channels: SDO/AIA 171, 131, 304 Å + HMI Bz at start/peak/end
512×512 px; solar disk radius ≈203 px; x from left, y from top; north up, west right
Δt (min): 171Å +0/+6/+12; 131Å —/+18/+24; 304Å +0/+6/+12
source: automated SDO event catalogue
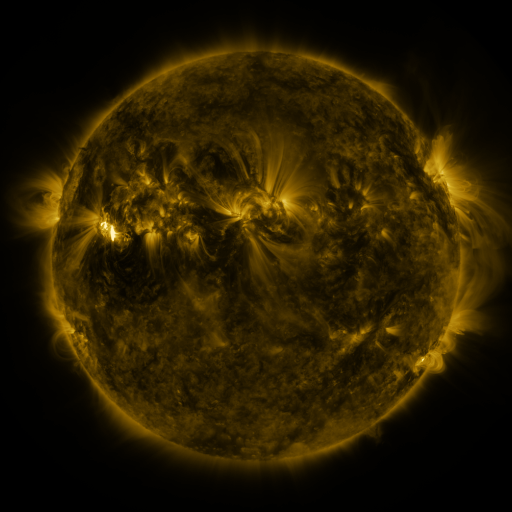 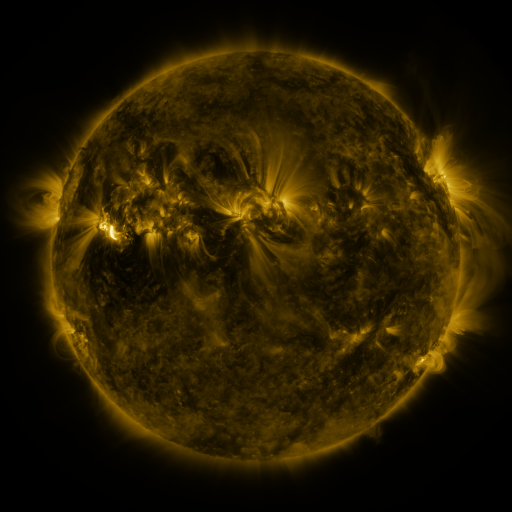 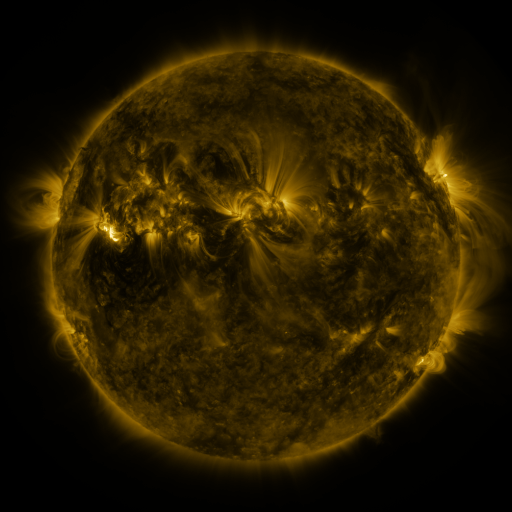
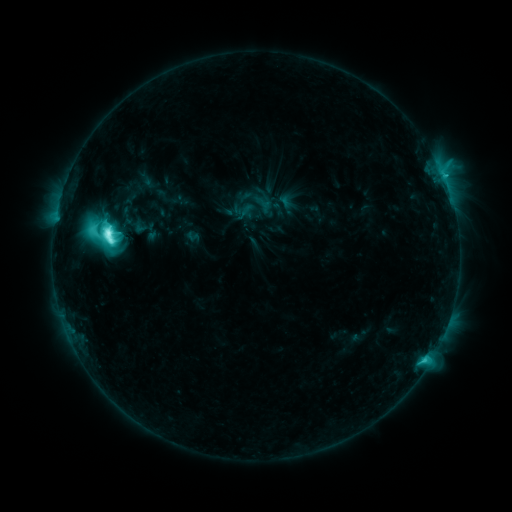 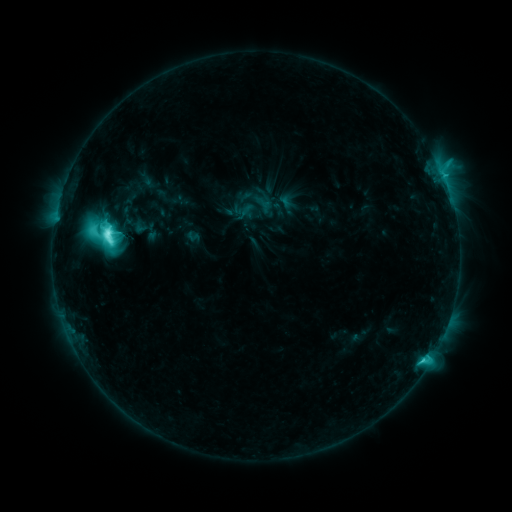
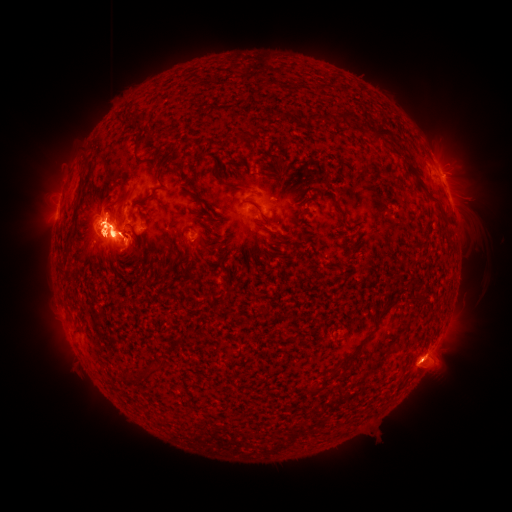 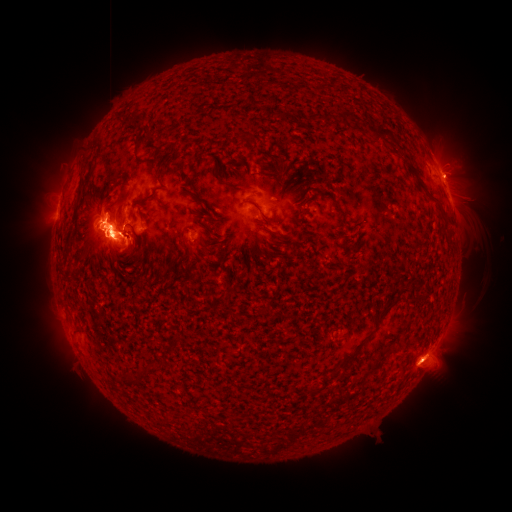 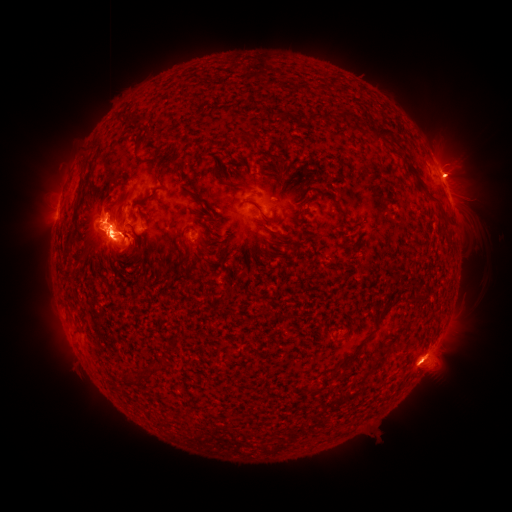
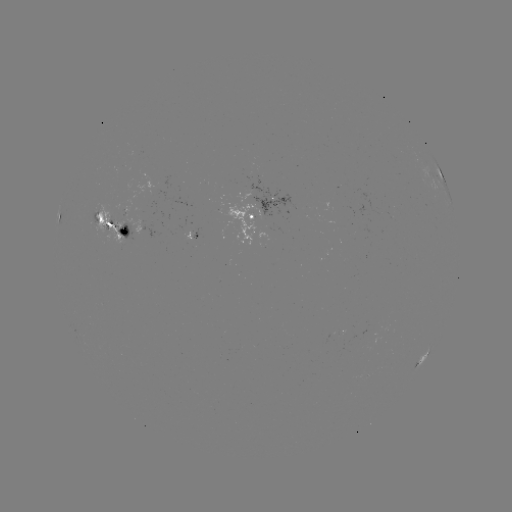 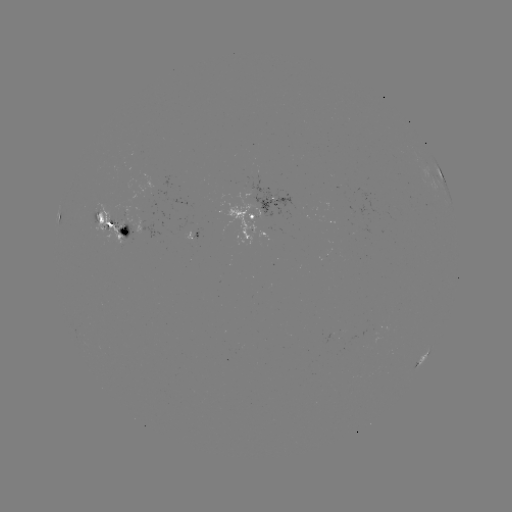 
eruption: [71, 221, 122, 264]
